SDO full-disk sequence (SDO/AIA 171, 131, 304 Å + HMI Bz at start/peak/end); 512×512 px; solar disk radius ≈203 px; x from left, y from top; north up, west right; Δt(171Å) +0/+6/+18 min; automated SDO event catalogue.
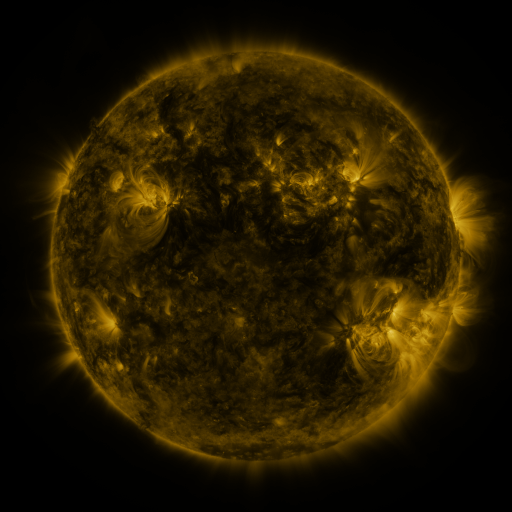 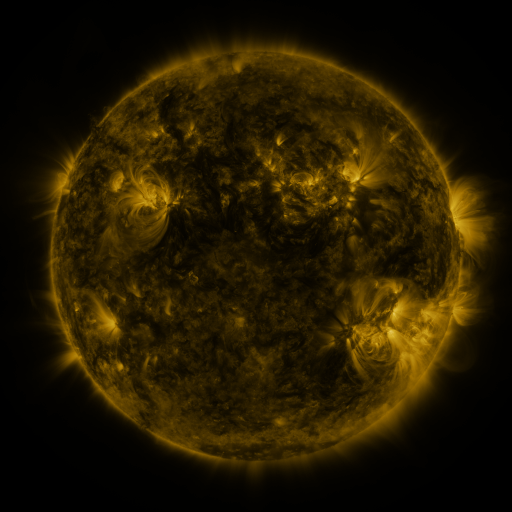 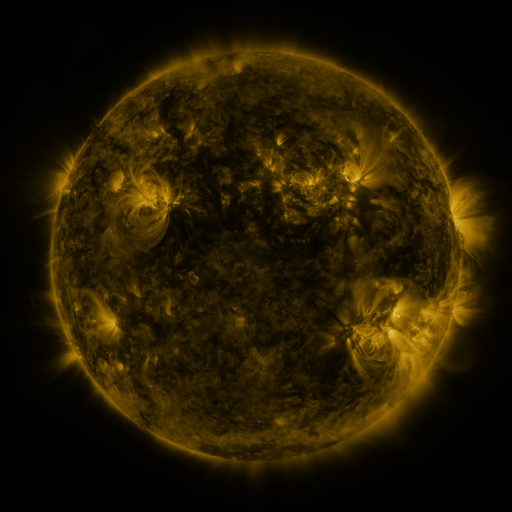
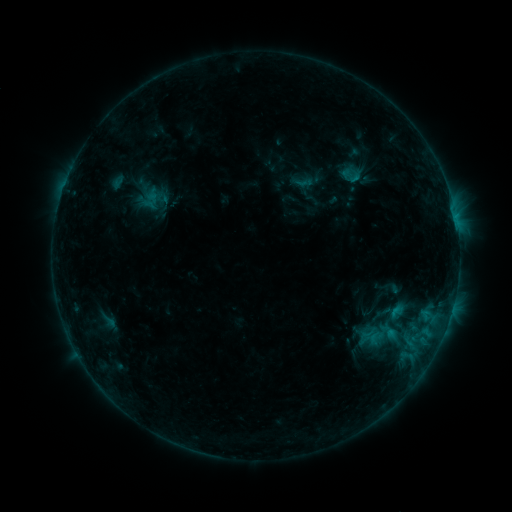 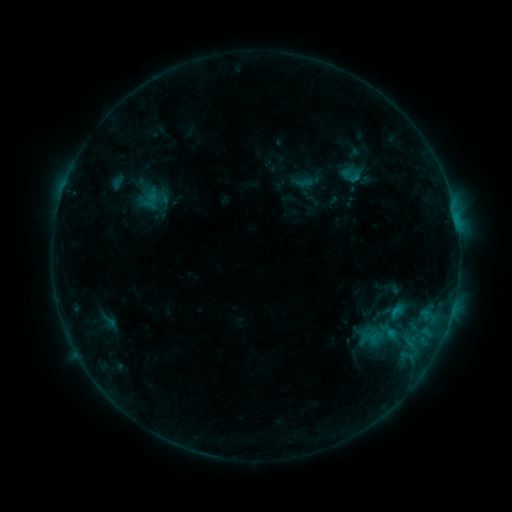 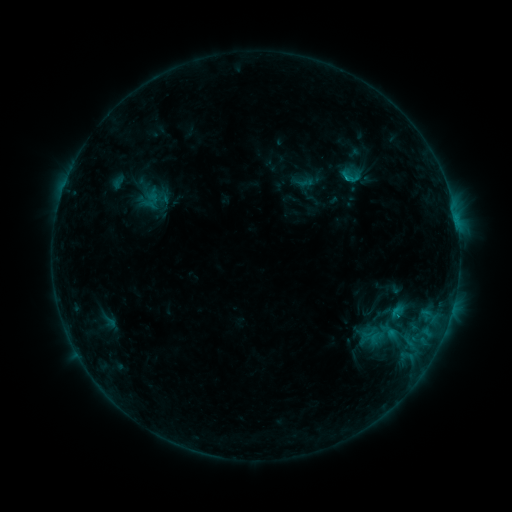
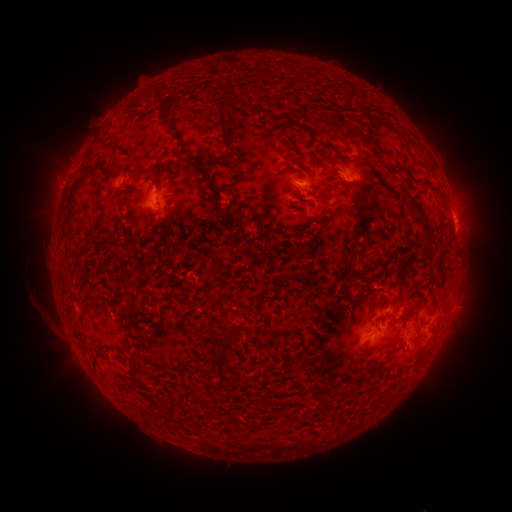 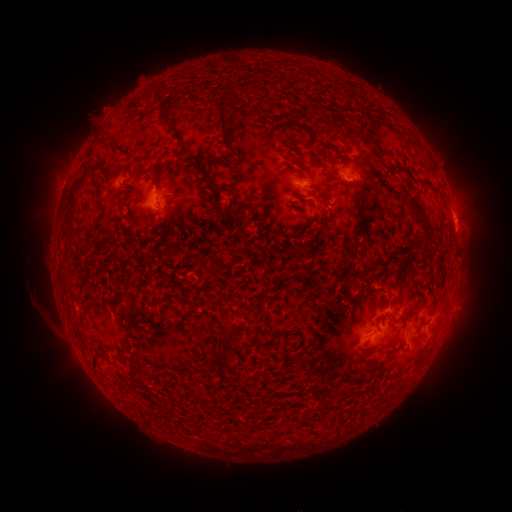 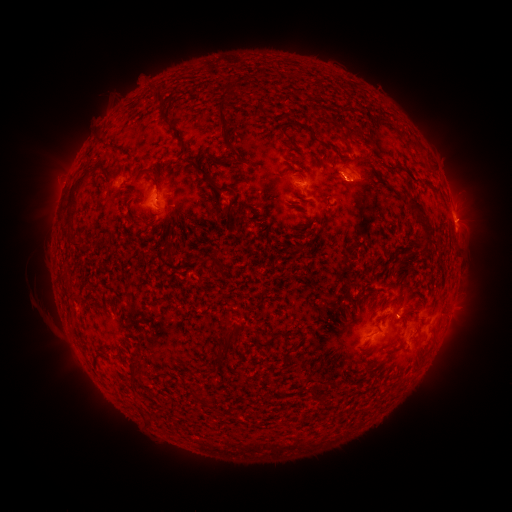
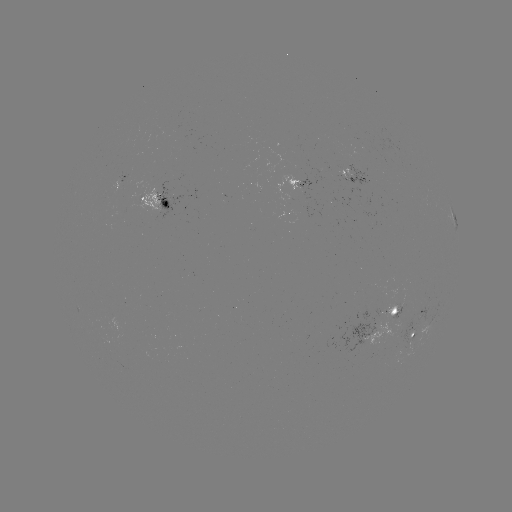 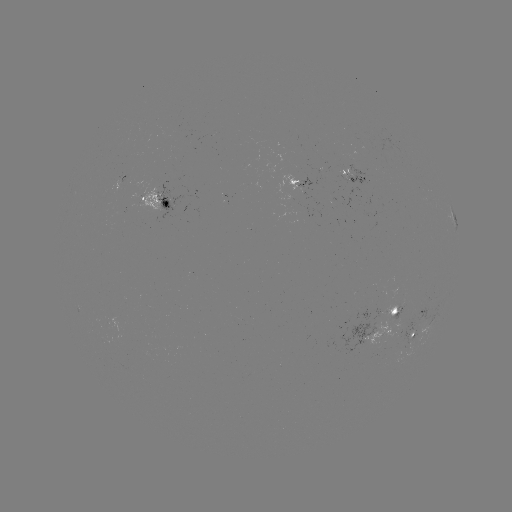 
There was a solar eruption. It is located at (102, 111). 